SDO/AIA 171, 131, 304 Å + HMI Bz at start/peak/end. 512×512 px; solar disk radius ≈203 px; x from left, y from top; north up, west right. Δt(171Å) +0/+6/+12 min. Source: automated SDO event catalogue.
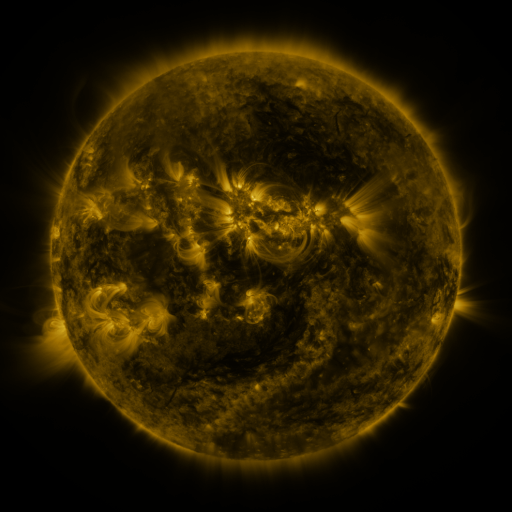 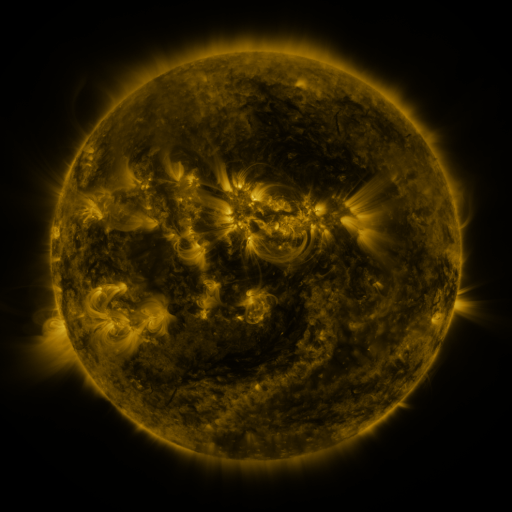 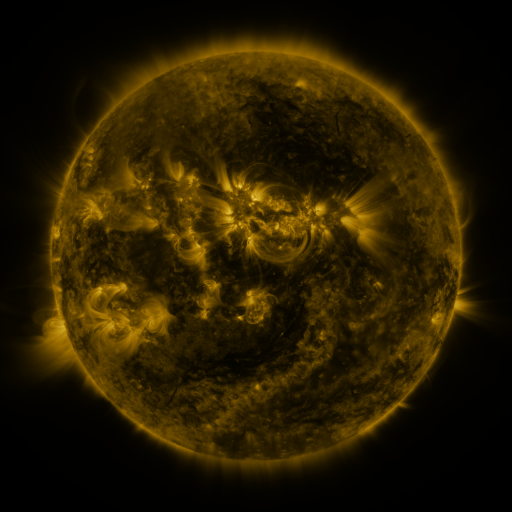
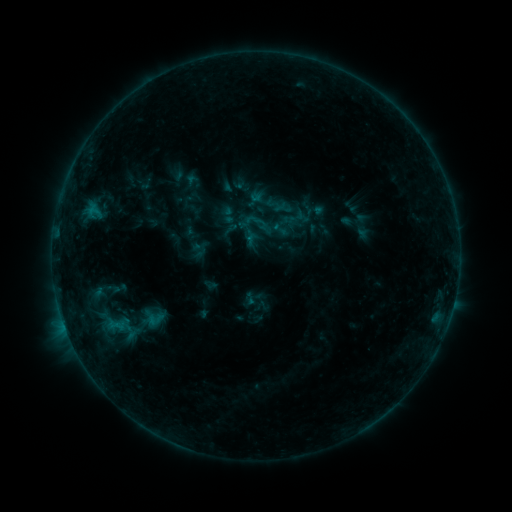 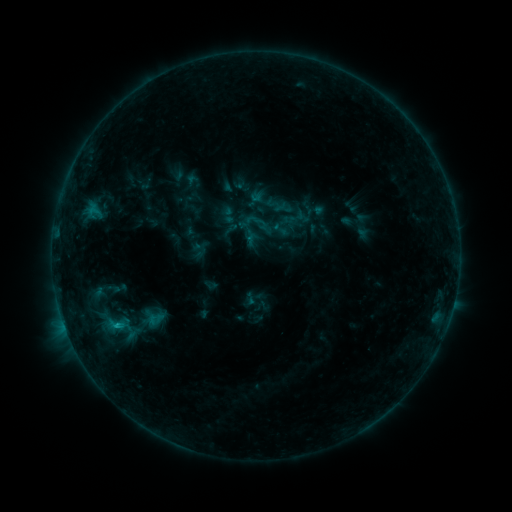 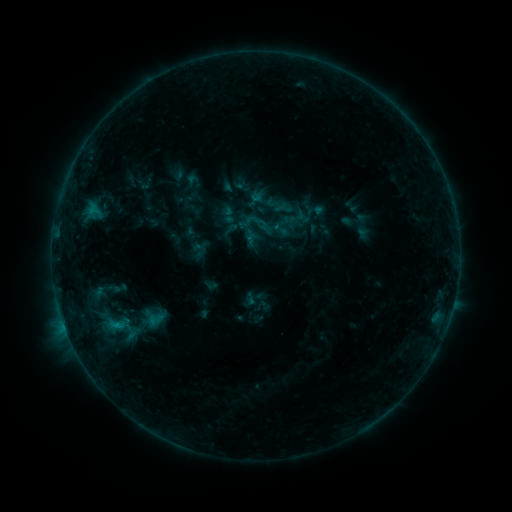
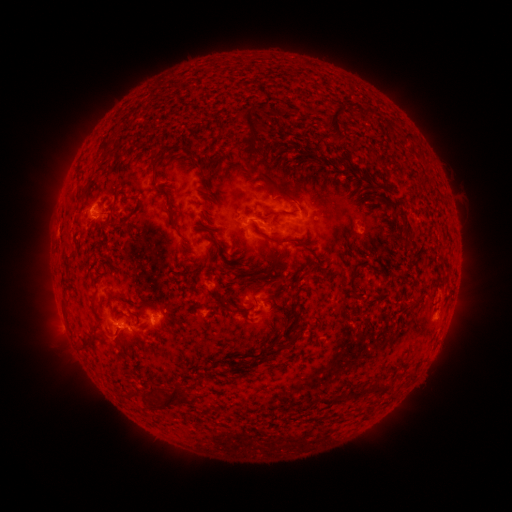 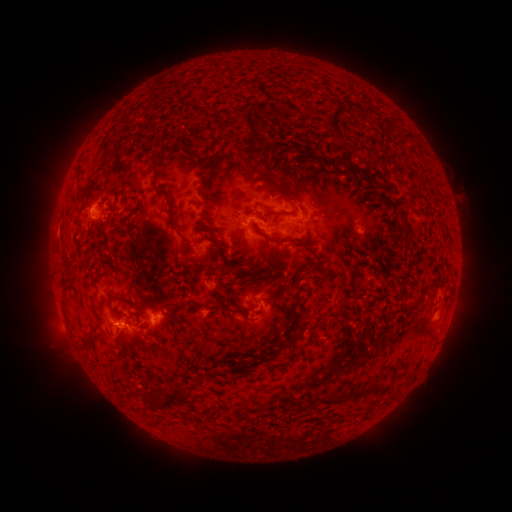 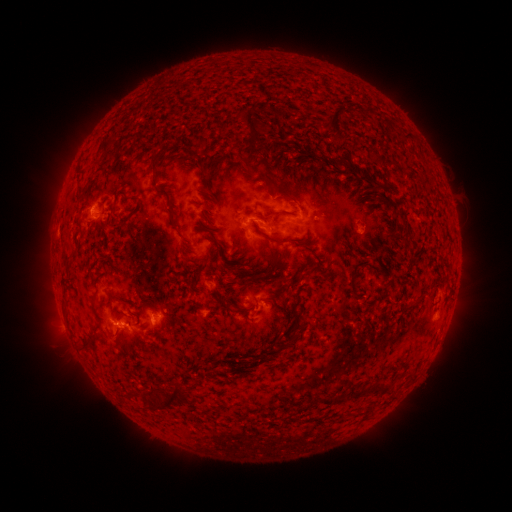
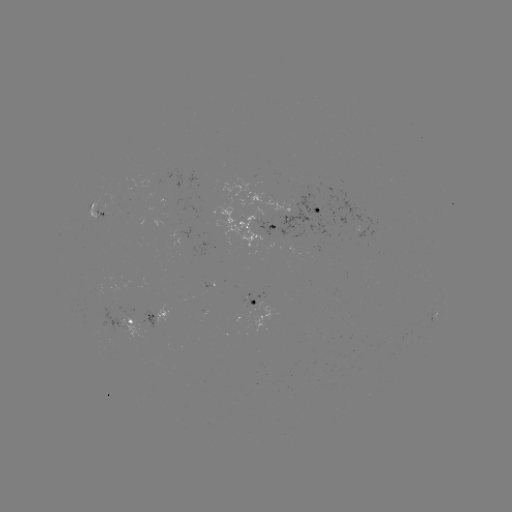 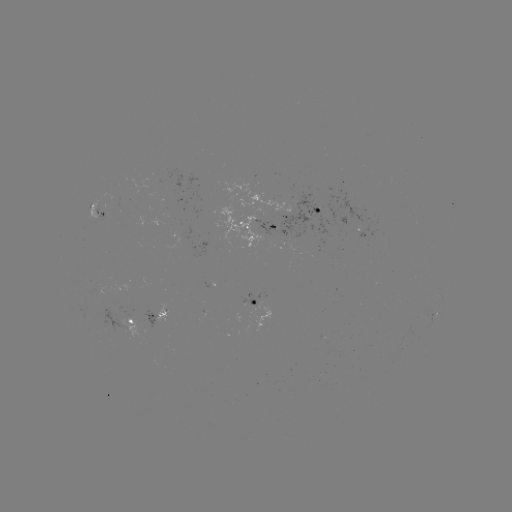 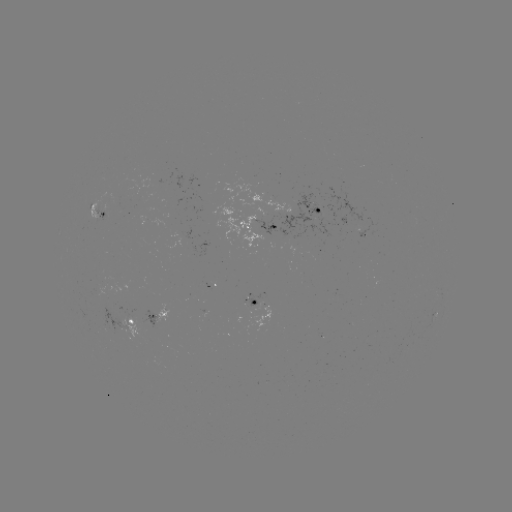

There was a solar flare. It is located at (118, 323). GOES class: B6.7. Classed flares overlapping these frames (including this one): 1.